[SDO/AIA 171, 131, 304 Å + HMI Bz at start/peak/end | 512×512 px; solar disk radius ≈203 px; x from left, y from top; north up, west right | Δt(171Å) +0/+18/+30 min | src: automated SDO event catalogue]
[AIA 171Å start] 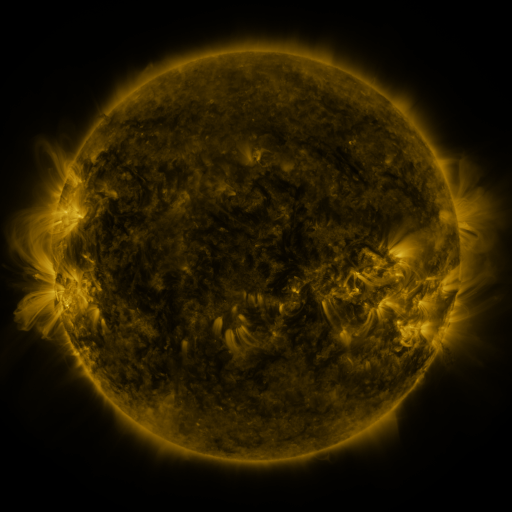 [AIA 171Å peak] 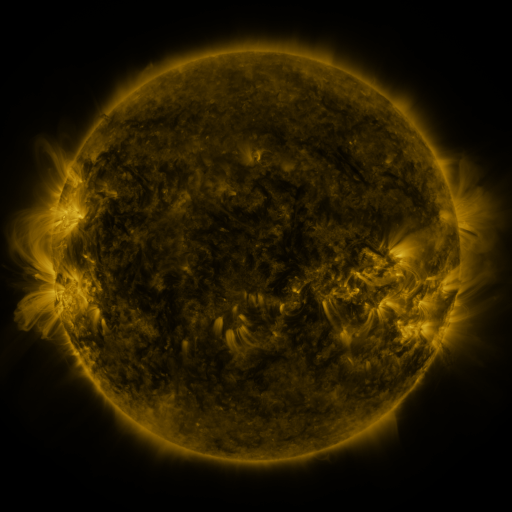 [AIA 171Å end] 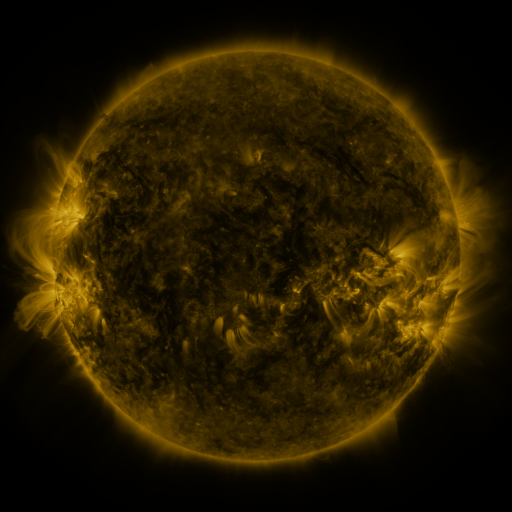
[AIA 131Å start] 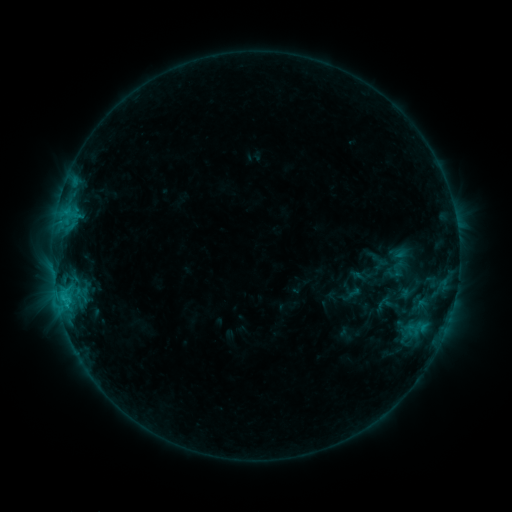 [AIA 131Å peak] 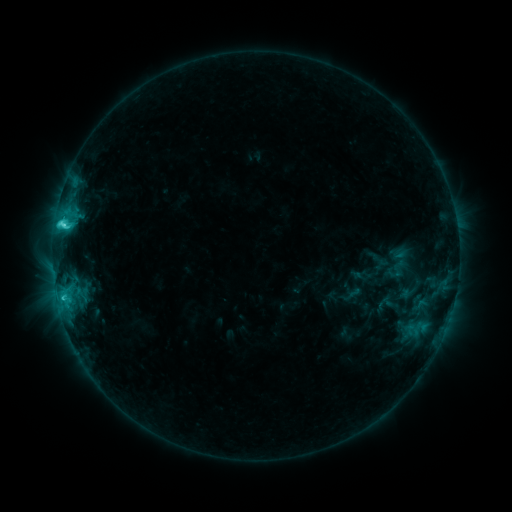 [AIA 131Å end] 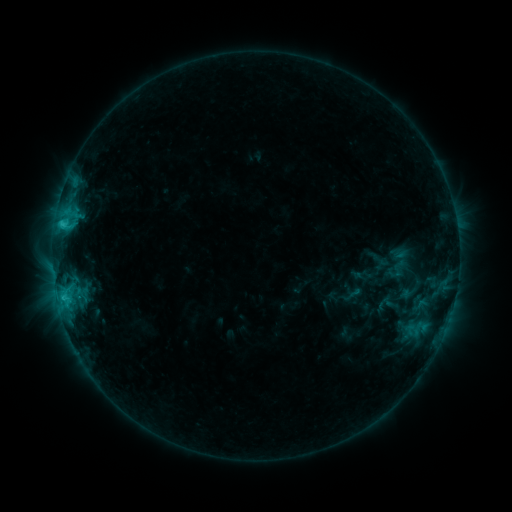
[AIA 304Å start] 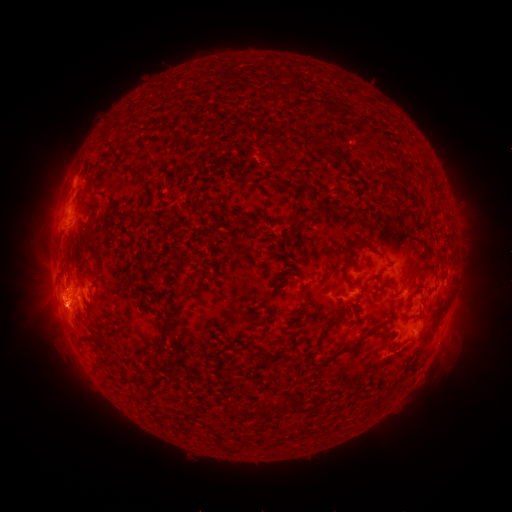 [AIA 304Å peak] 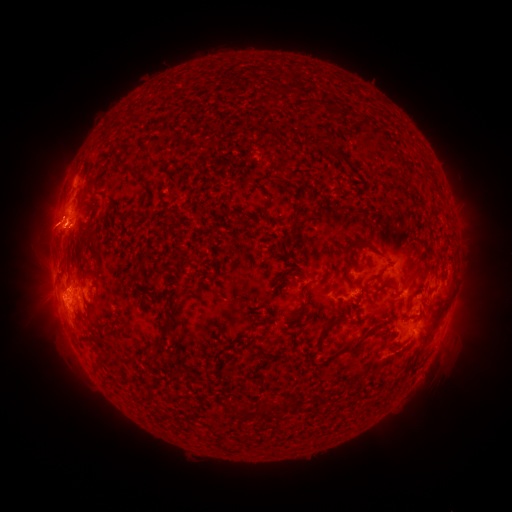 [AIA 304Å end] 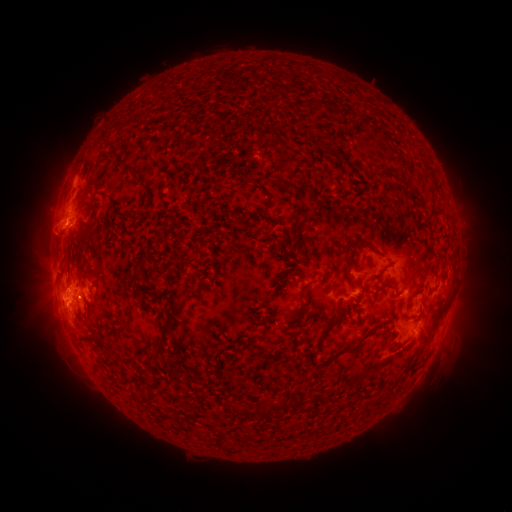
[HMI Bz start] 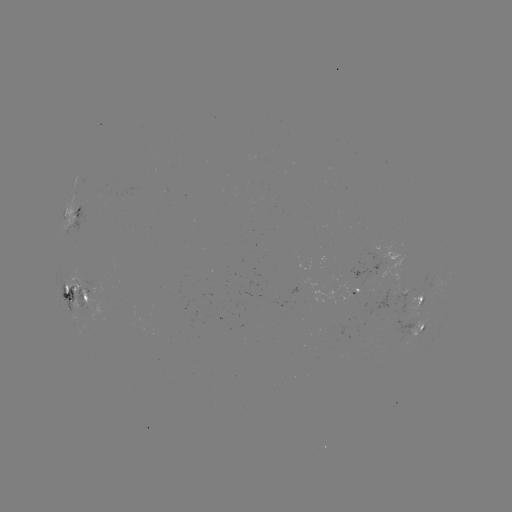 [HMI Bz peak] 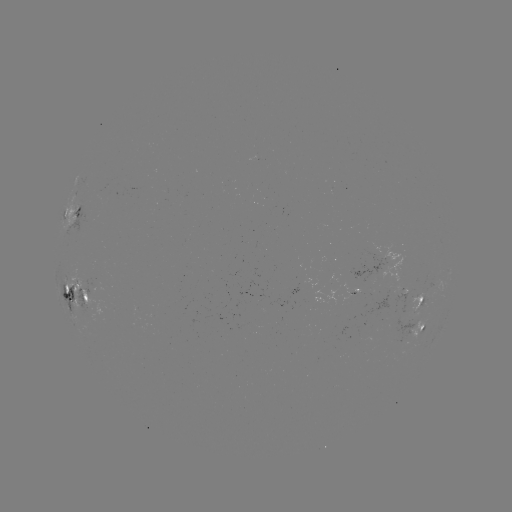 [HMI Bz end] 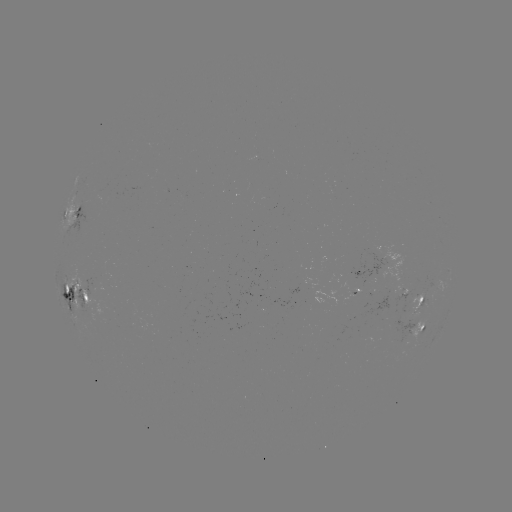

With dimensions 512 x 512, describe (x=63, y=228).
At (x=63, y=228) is C4.2 flare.